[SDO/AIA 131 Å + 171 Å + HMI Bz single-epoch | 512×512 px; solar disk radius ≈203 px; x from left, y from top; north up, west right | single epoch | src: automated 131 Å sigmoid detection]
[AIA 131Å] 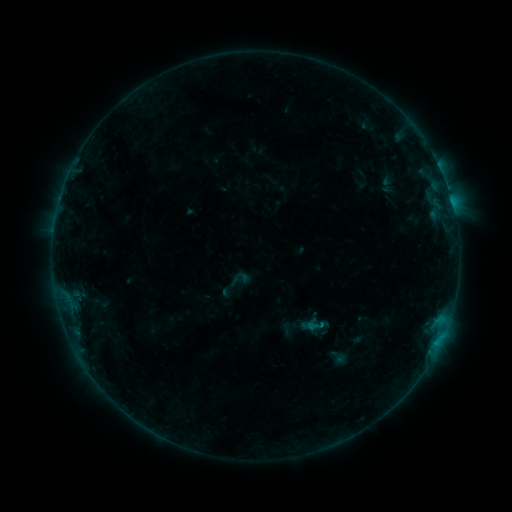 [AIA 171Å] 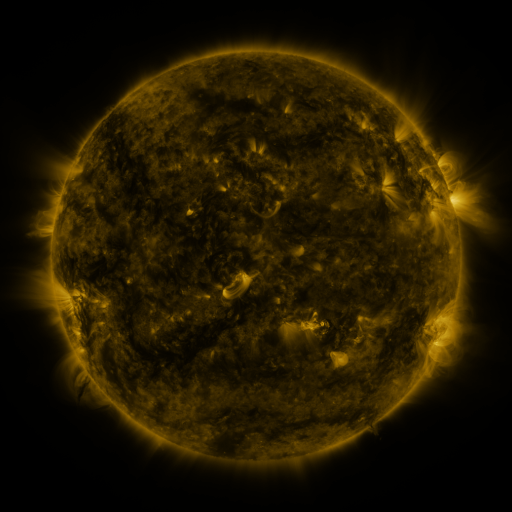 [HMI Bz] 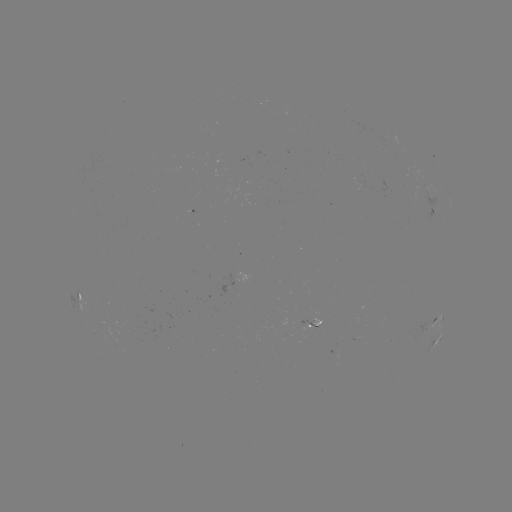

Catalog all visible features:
sigmoid: <bbox>306, 317, 324, 336</bbox>
